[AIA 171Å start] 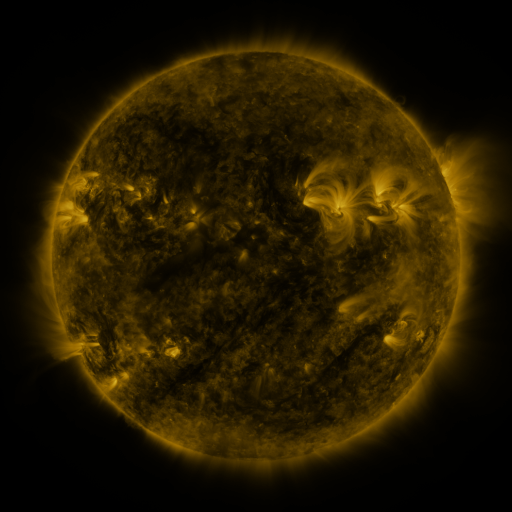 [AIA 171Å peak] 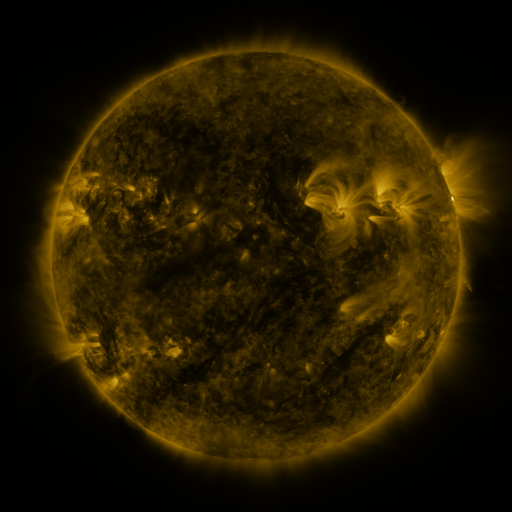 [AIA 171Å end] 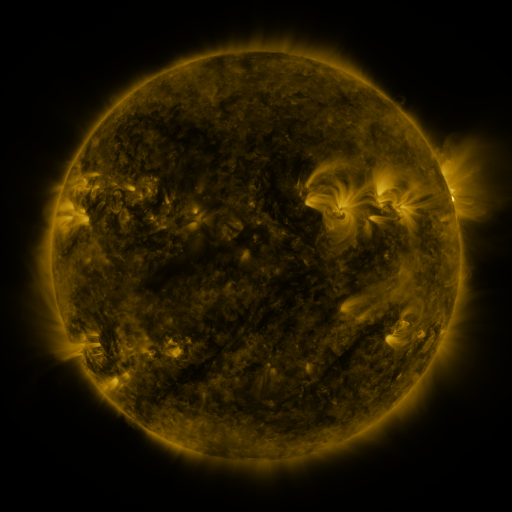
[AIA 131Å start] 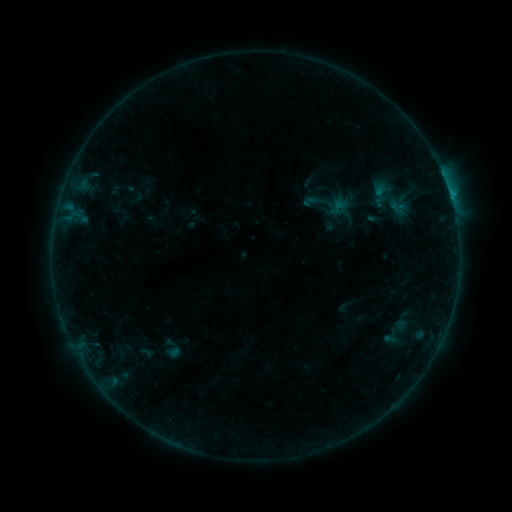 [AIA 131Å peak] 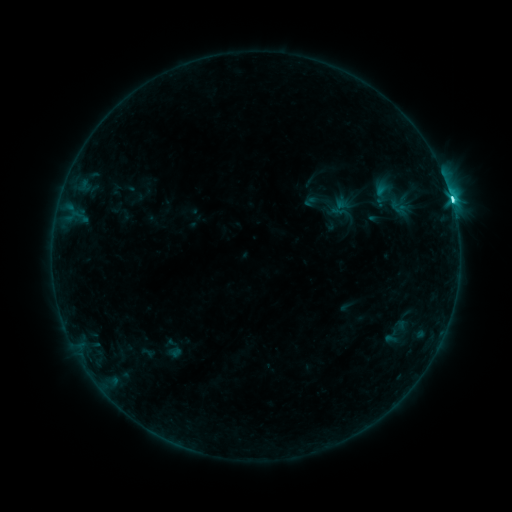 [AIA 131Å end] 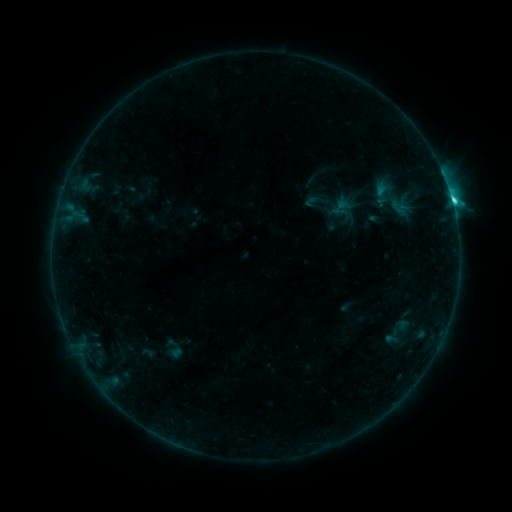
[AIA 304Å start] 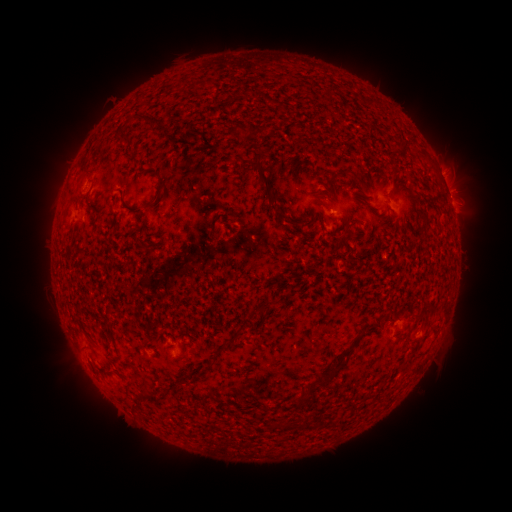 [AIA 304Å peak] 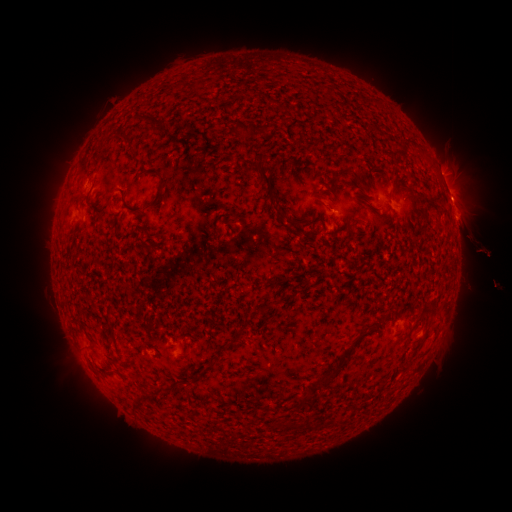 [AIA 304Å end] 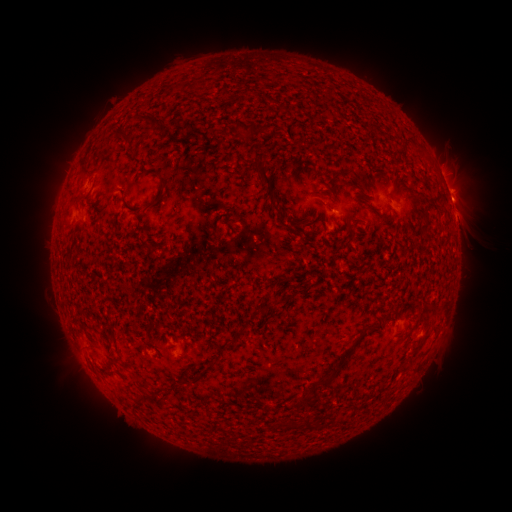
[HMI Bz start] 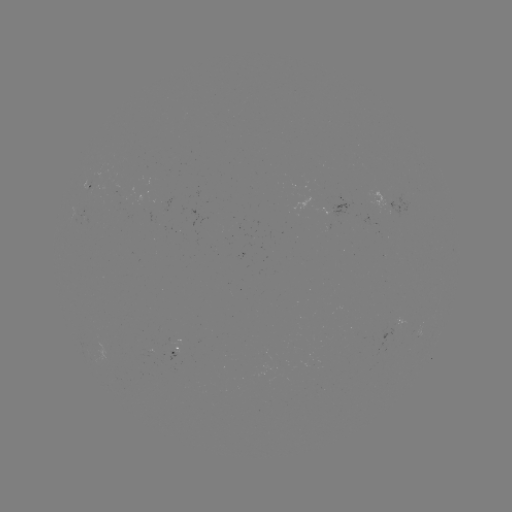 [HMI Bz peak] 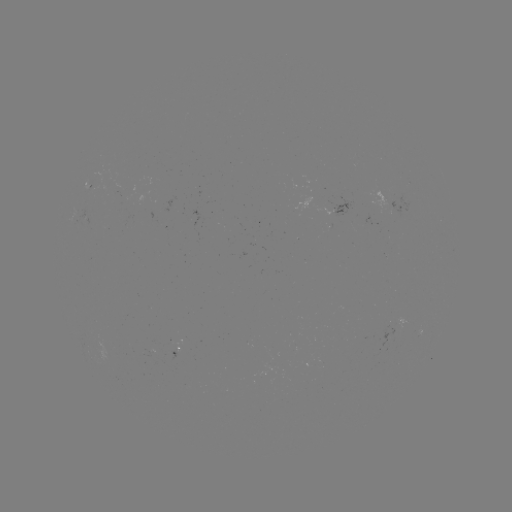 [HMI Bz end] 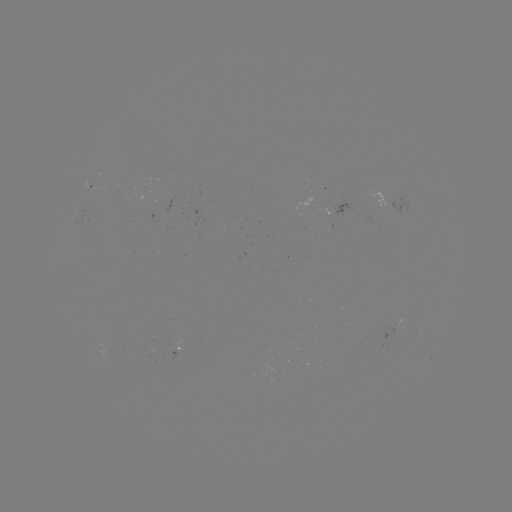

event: flare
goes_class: C6.2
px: (452, 204)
